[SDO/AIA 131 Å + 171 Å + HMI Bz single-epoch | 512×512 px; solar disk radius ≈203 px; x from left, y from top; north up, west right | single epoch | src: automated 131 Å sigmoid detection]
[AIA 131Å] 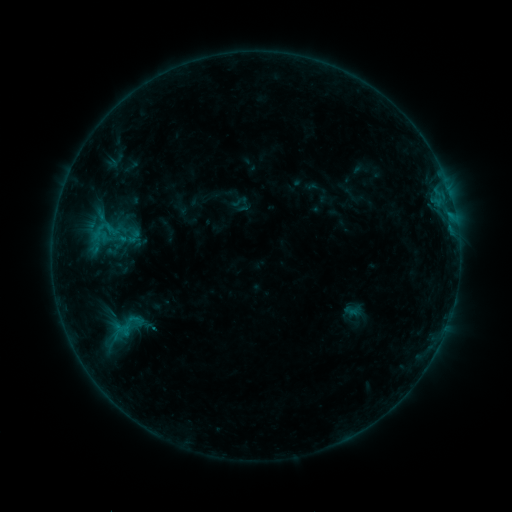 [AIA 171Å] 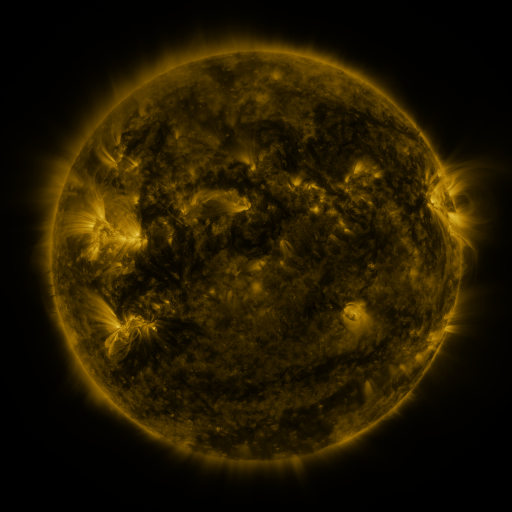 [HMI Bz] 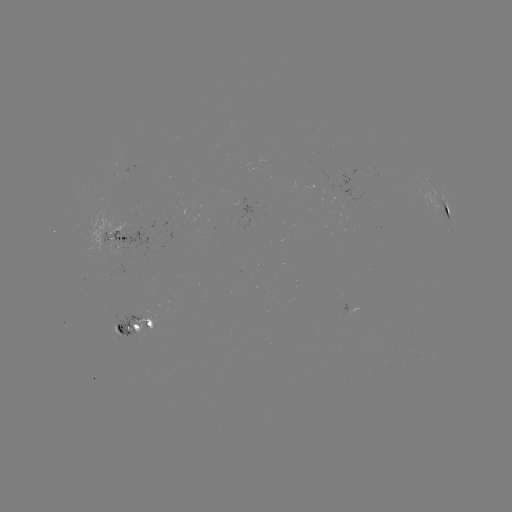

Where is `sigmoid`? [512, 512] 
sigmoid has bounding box [105, 311, 149, 340].